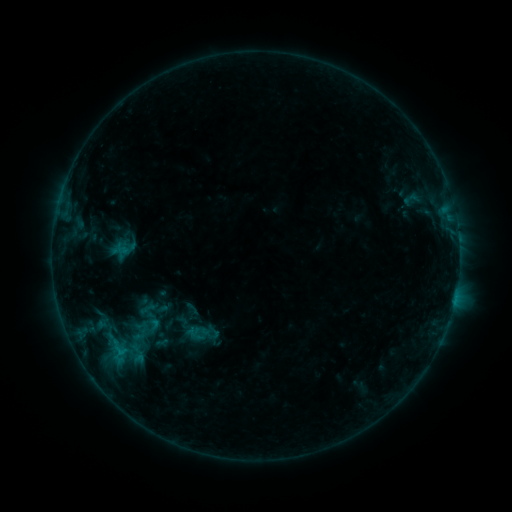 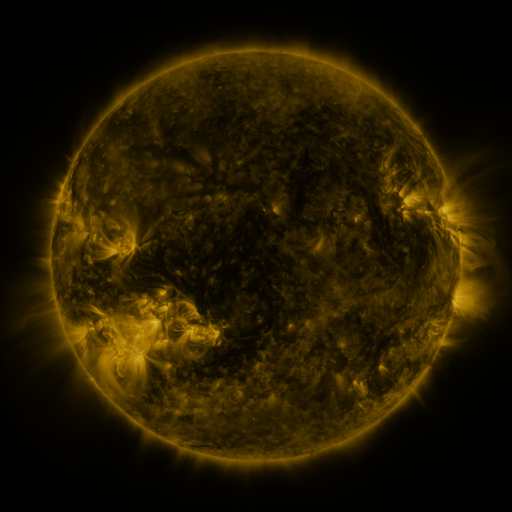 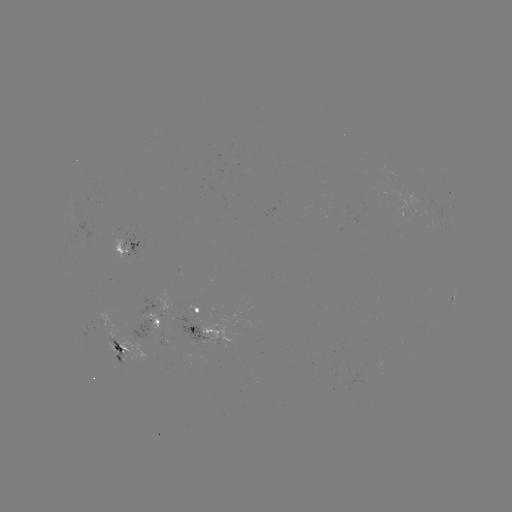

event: sigmoid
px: (153, 325)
